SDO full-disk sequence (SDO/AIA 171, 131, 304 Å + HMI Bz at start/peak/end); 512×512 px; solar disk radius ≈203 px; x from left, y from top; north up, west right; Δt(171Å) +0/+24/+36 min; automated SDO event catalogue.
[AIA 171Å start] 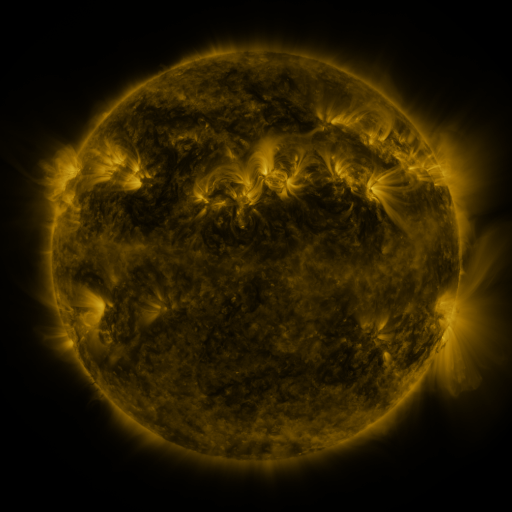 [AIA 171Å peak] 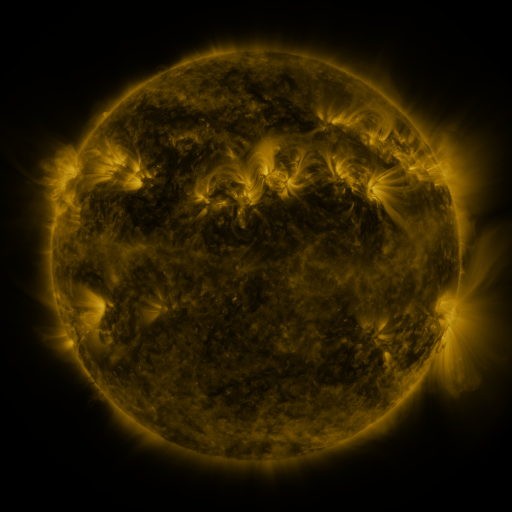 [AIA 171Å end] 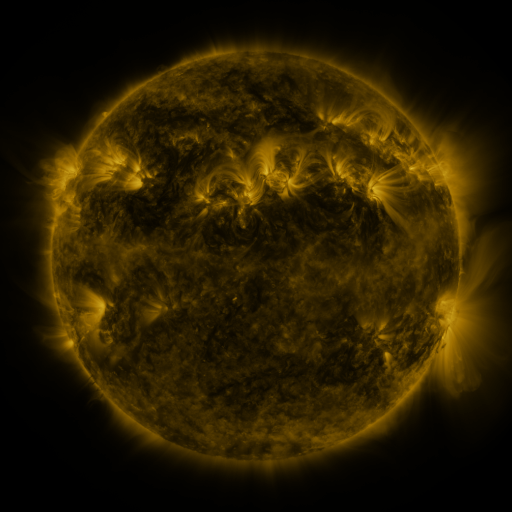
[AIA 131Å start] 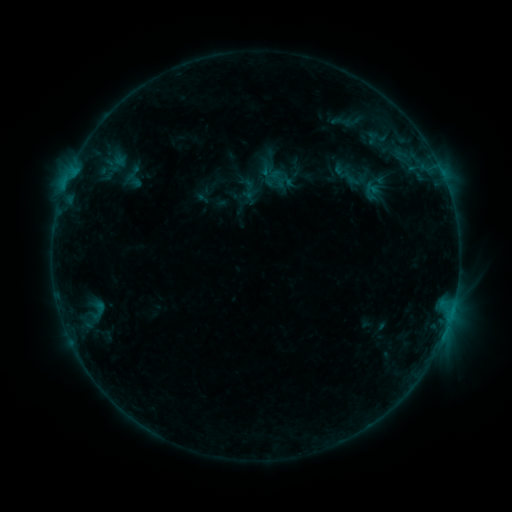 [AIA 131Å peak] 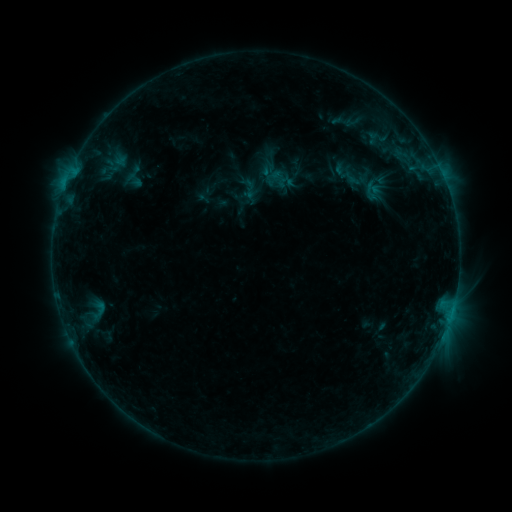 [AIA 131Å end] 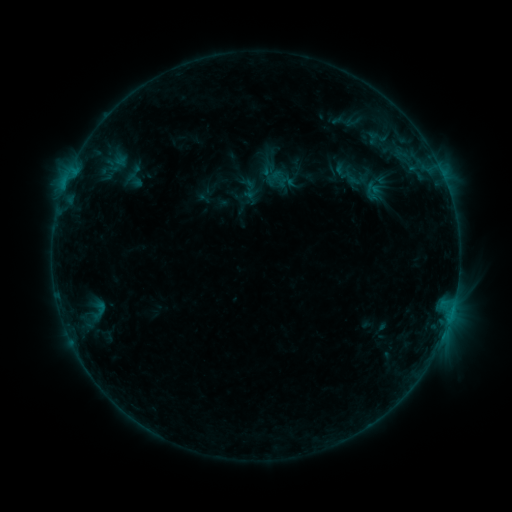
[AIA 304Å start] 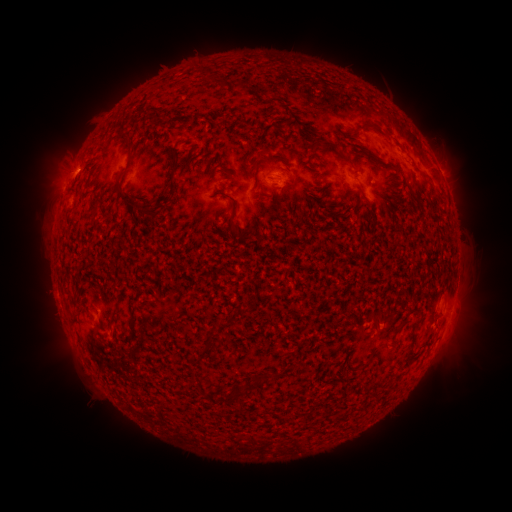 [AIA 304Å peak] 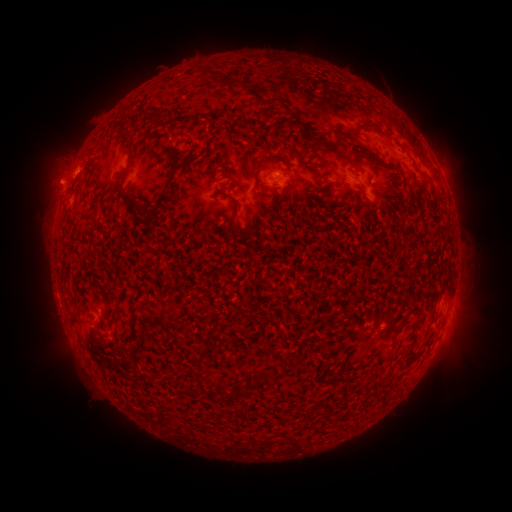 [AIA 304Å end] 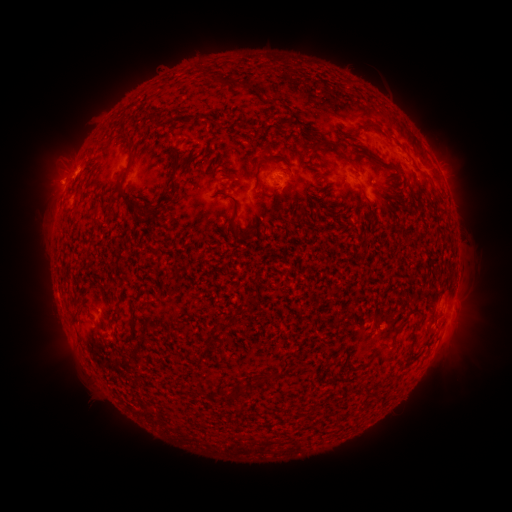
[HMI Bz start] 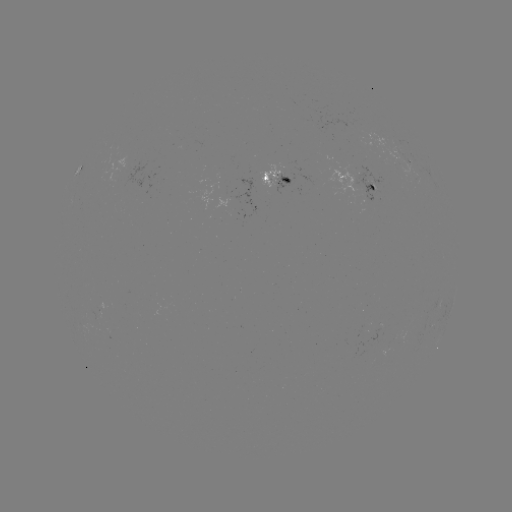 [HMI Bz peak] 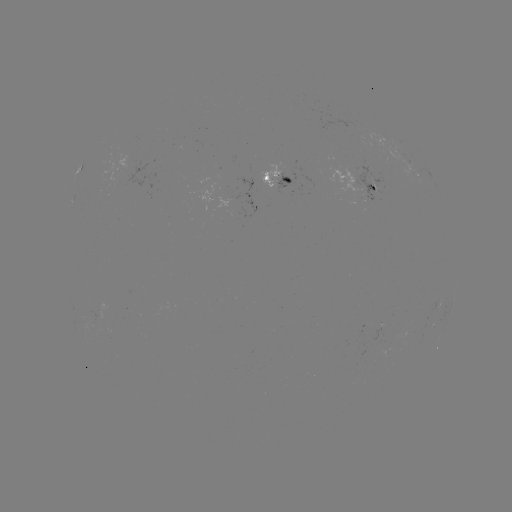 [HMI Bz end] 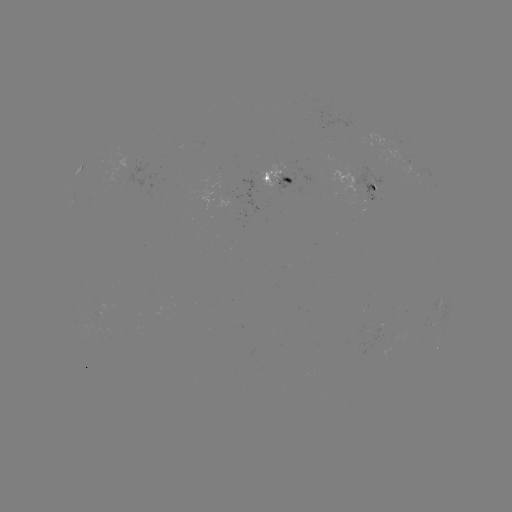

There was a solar emerging-flux region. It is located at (96, 314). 